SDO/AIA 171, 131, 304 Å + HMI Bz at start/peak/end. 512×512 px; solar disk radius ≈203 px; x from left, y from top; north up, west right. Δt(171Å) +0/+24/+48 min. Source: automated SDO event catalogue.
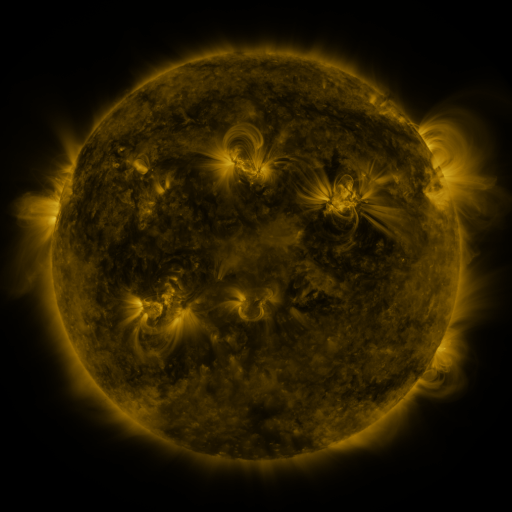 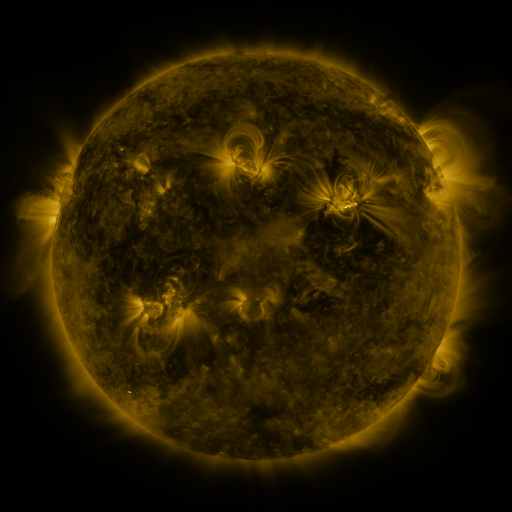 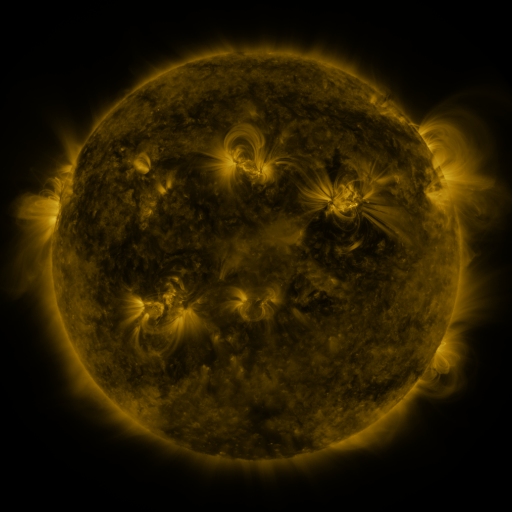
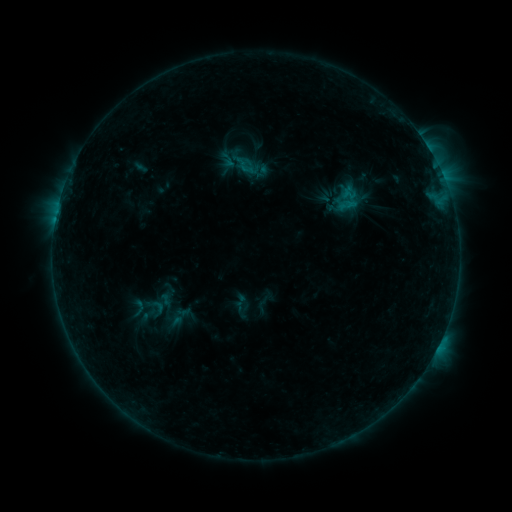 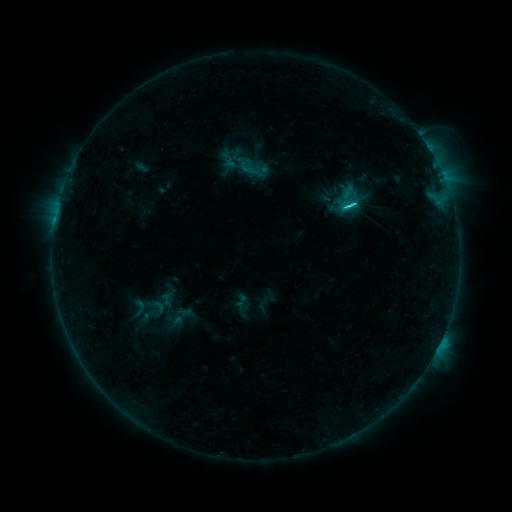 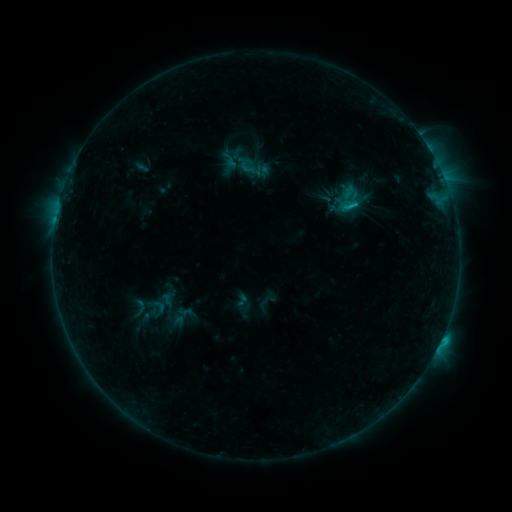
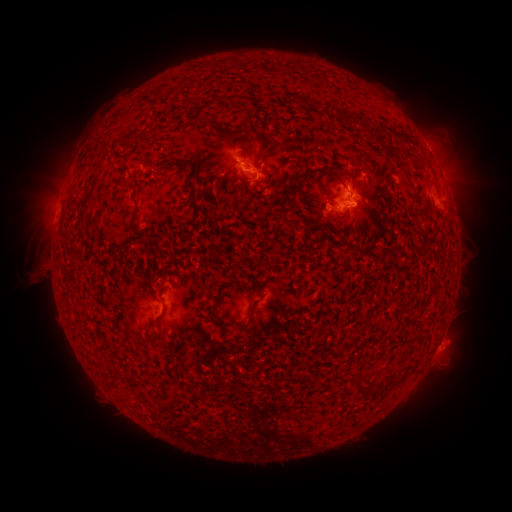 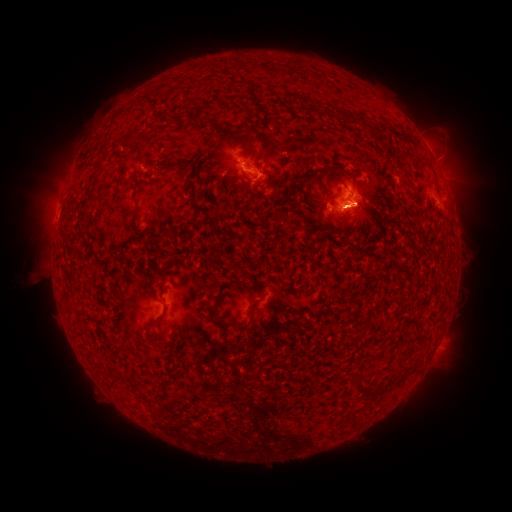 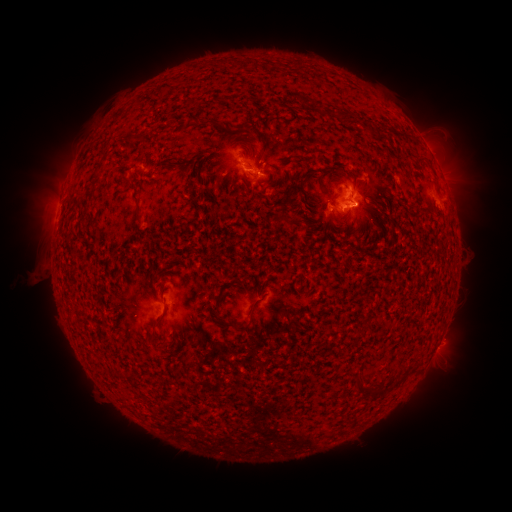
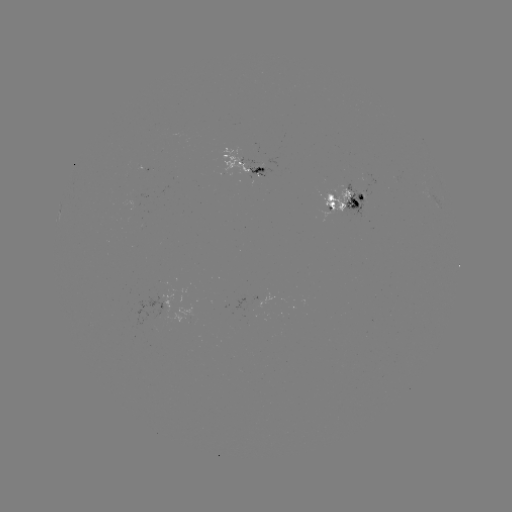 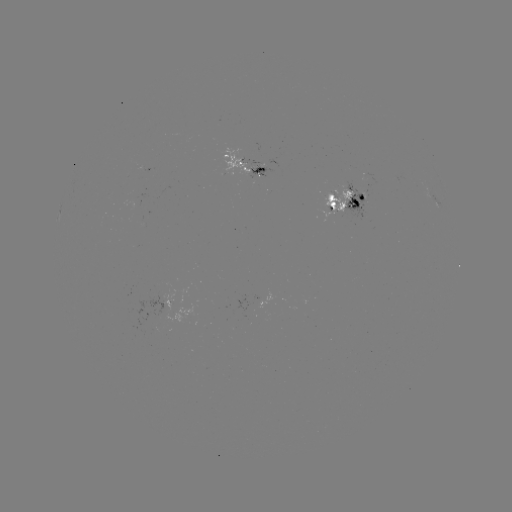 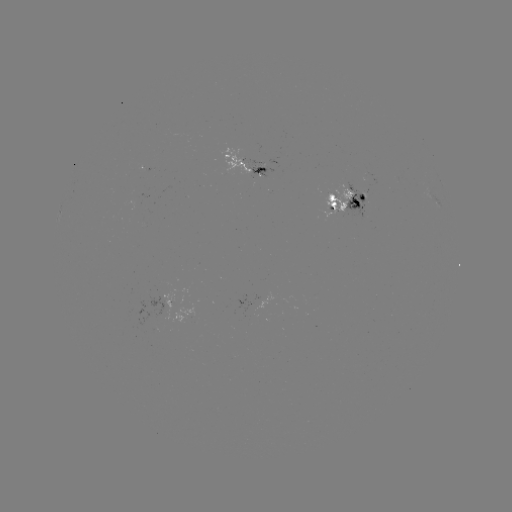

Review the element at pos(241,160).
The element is emerging-flux region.